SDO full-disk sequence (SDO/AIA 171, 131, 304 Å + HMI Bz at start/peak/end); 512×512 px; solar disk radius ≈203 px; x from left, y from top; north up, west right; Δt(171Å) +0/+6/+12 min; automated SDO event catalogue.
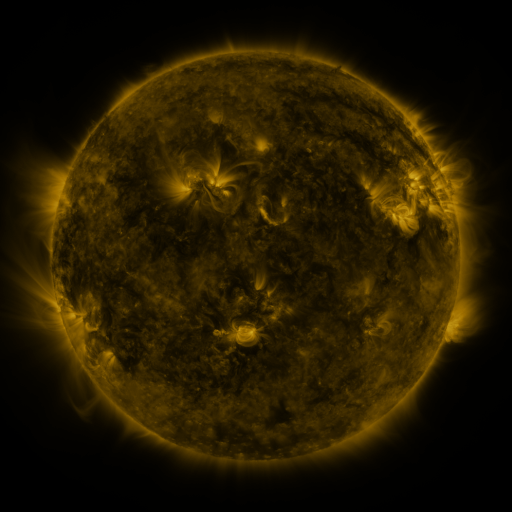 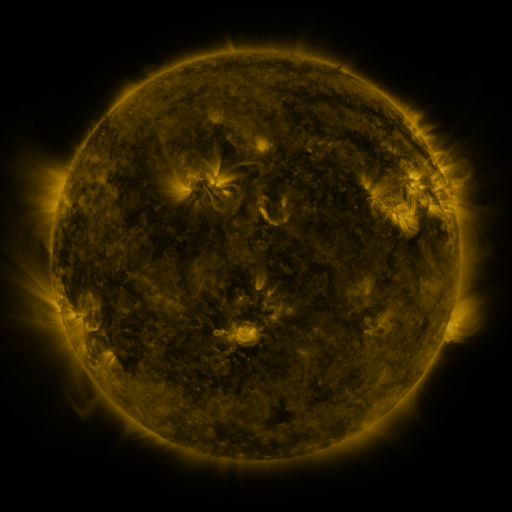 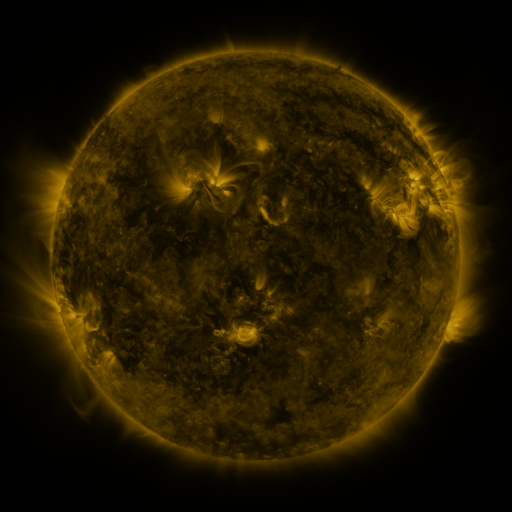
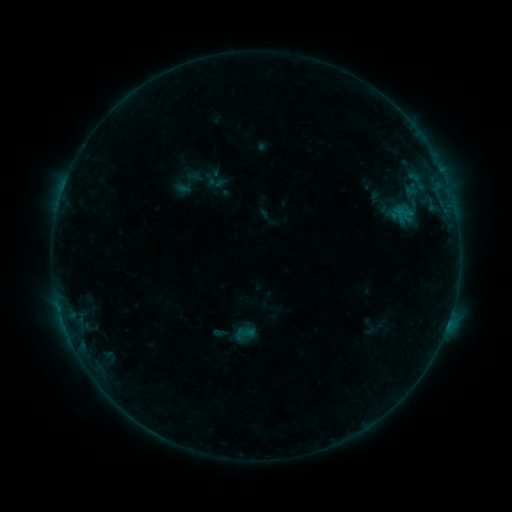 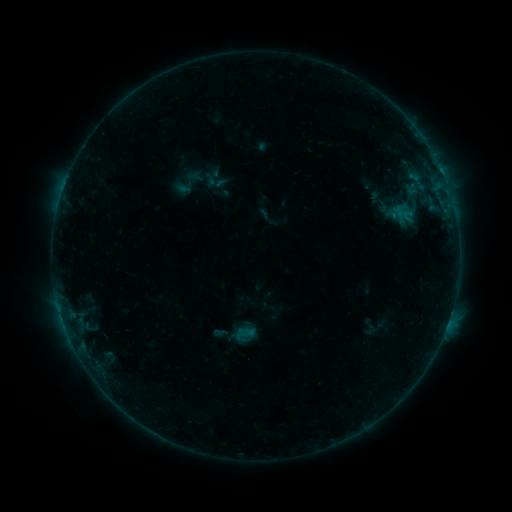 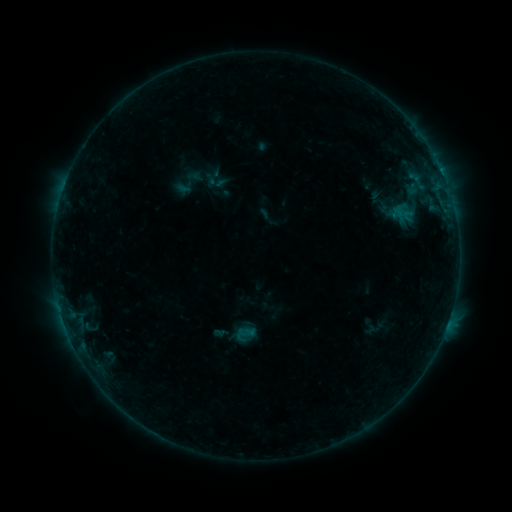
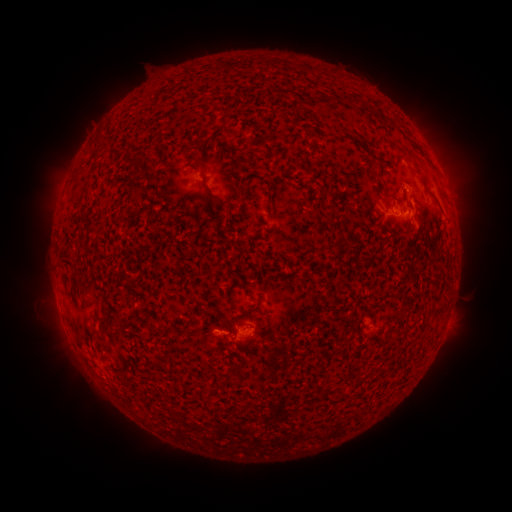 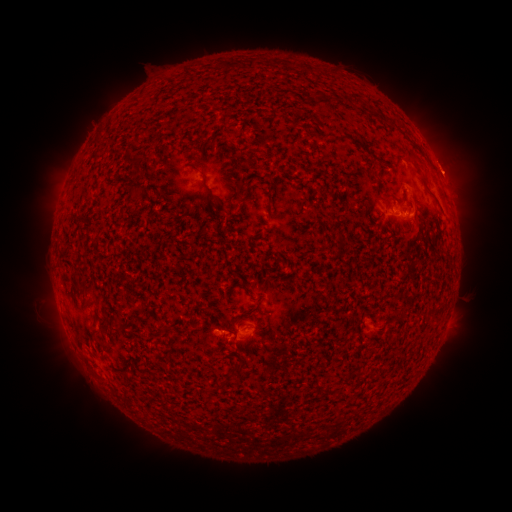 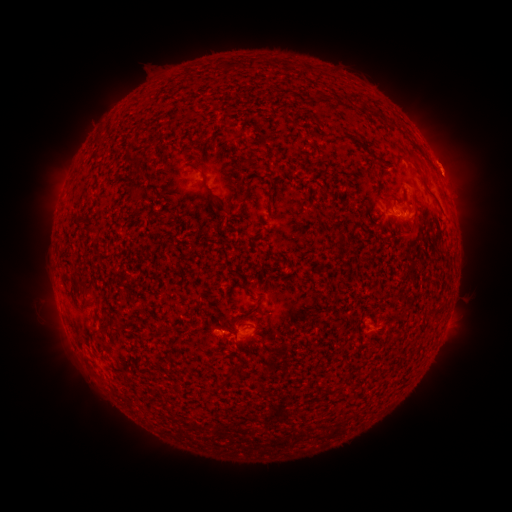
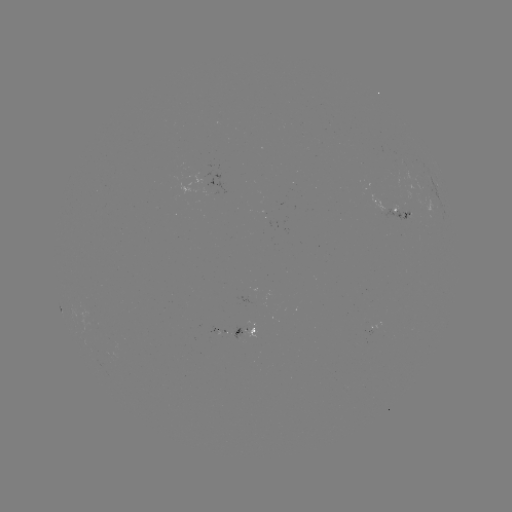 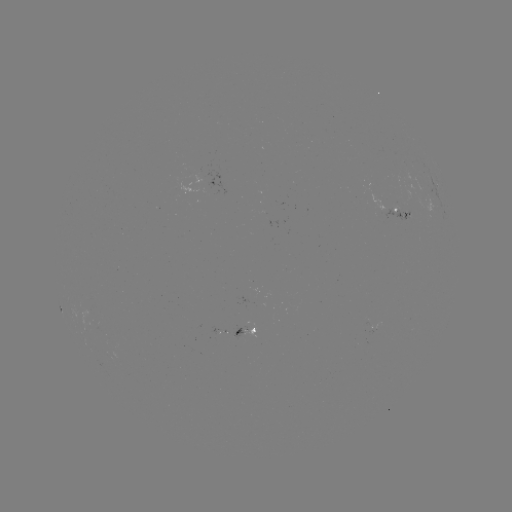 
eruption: (425, 140, 480, 194)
